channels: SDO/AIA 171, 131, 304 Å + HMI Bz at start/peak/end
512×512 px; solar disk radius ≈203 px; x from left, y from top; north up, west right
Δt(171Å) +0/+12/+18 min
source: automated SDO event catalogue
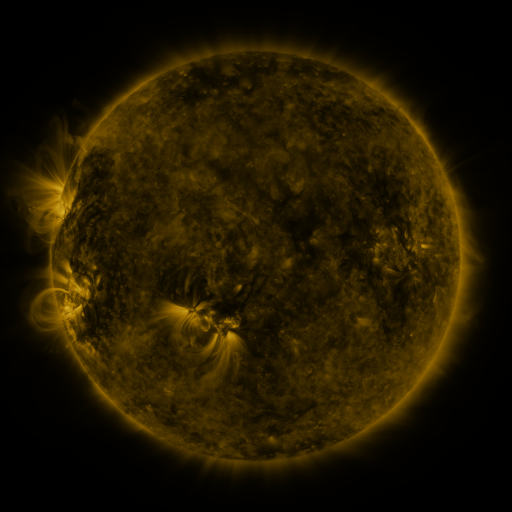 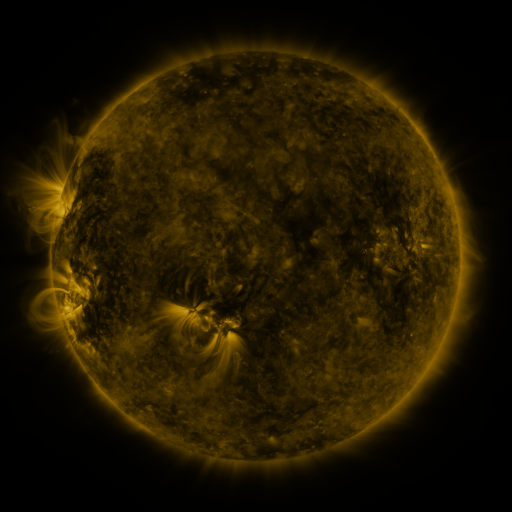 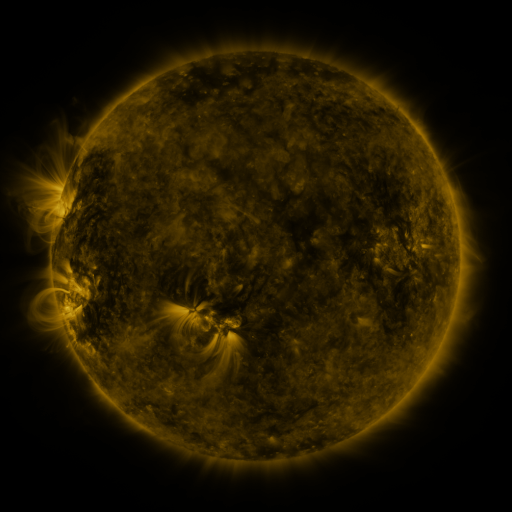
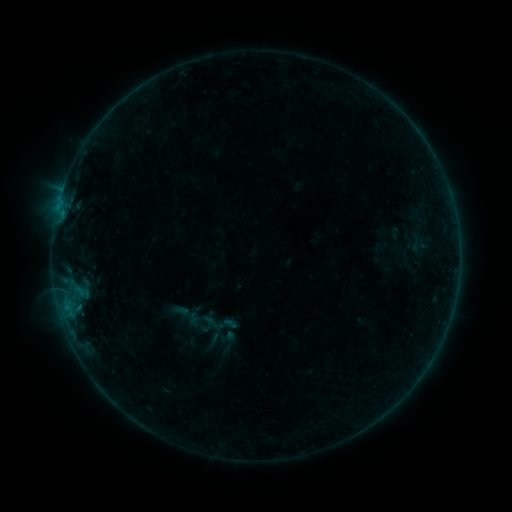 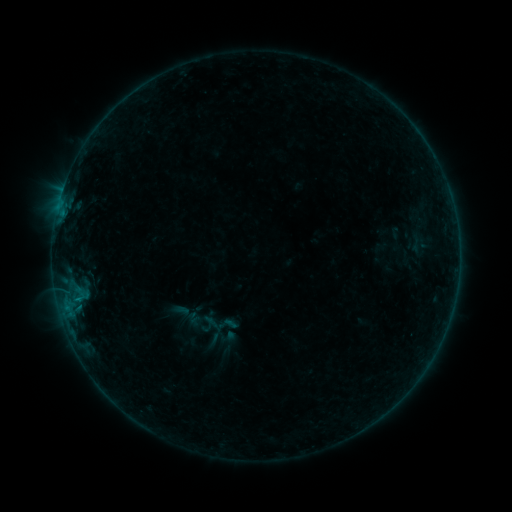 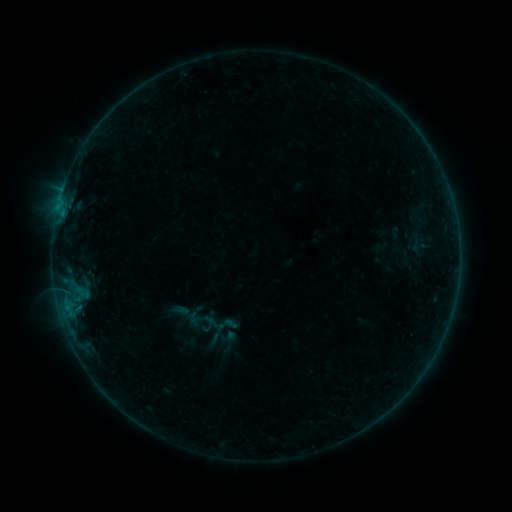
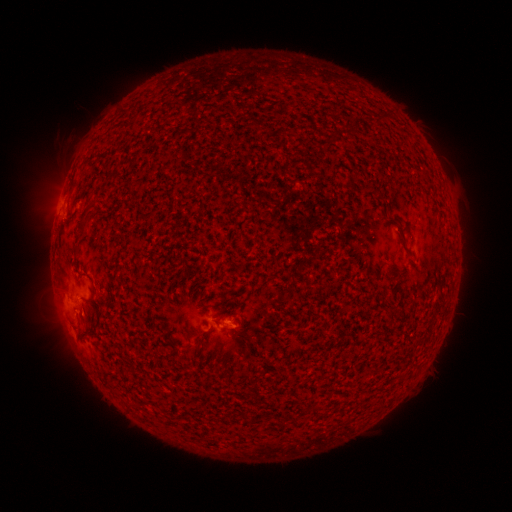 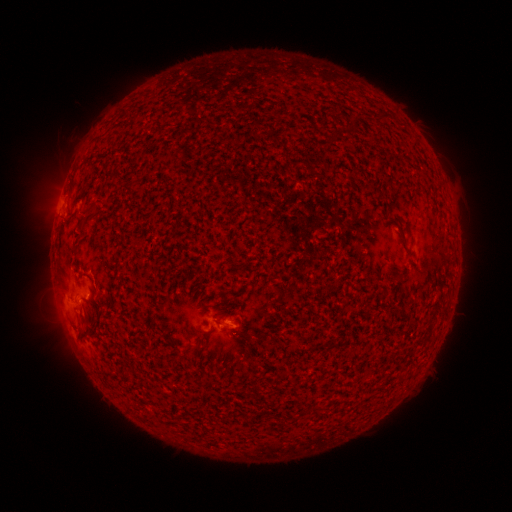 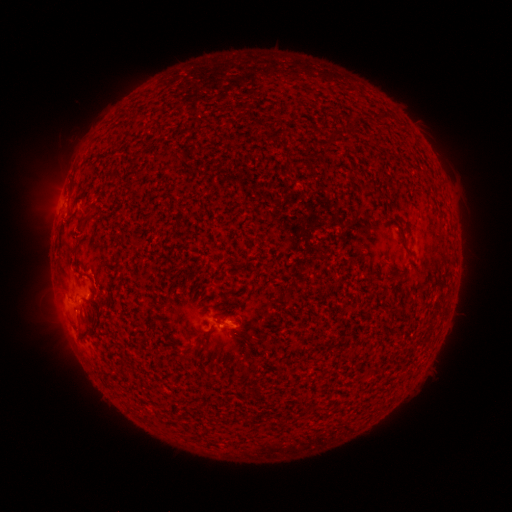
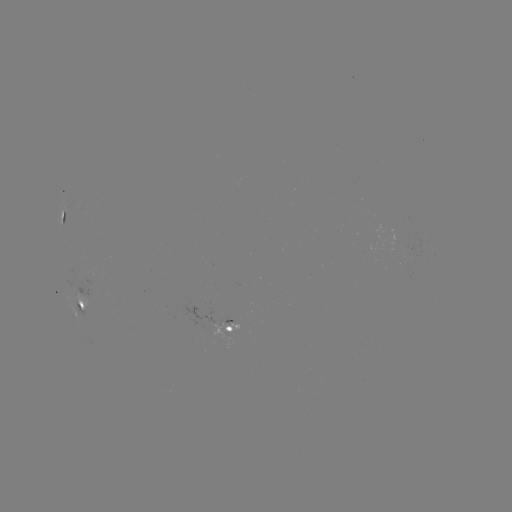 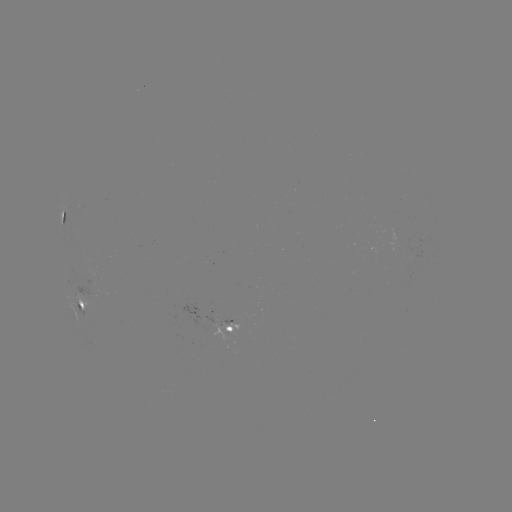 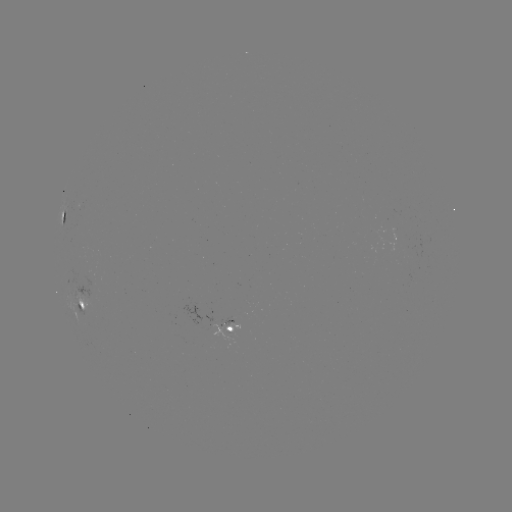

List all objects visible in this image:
B2.5 flare: (80, 299)
